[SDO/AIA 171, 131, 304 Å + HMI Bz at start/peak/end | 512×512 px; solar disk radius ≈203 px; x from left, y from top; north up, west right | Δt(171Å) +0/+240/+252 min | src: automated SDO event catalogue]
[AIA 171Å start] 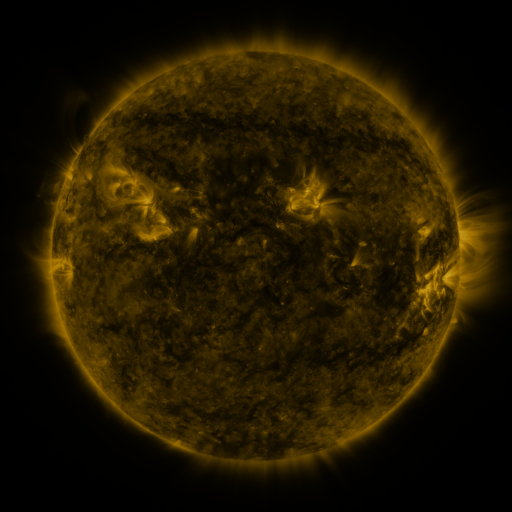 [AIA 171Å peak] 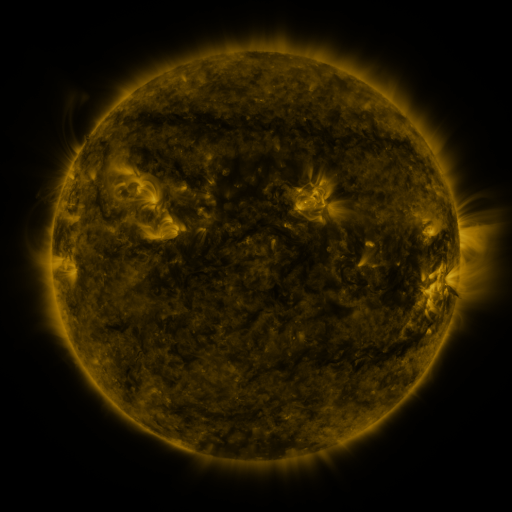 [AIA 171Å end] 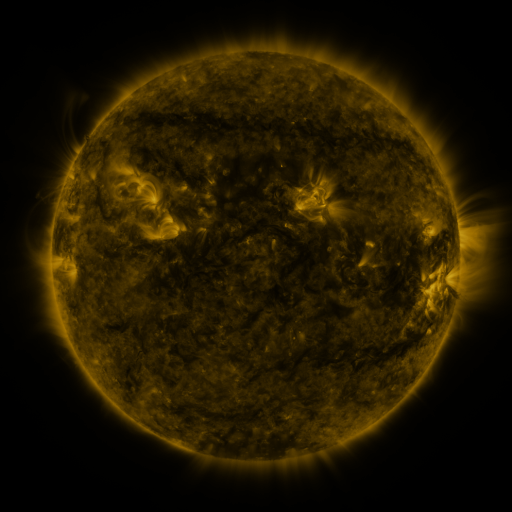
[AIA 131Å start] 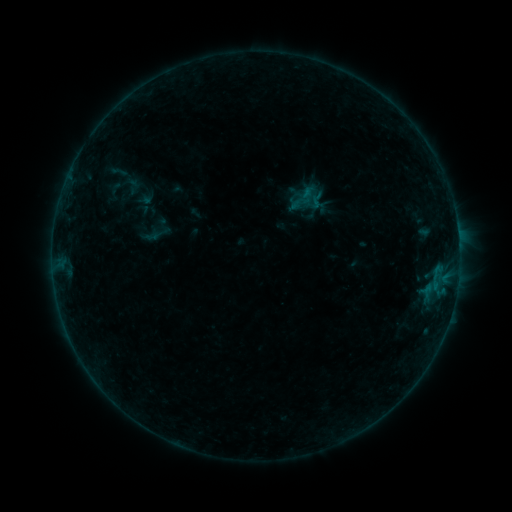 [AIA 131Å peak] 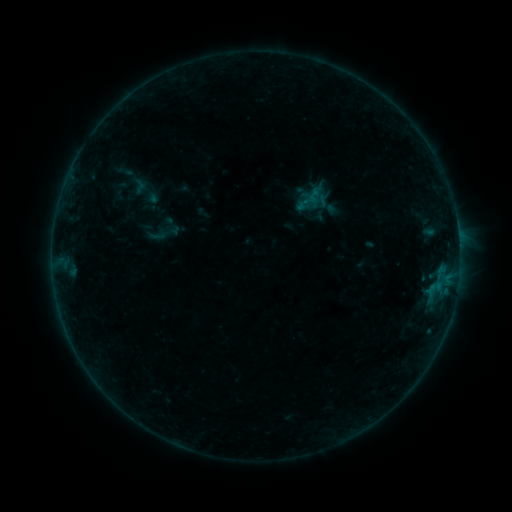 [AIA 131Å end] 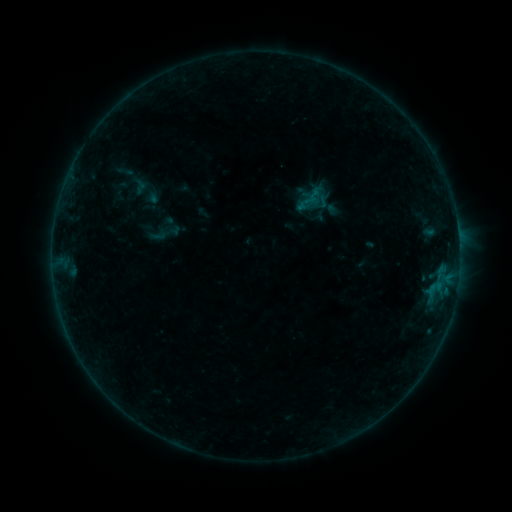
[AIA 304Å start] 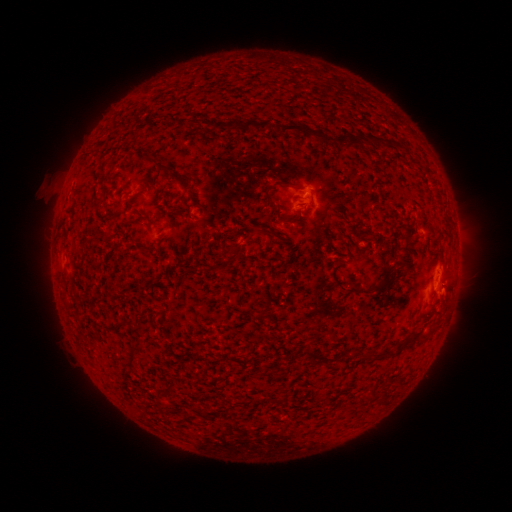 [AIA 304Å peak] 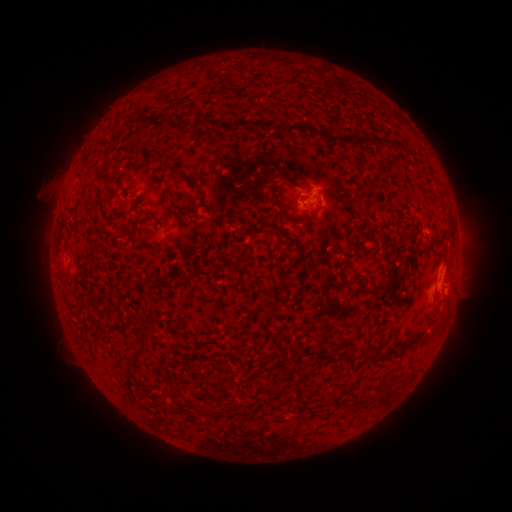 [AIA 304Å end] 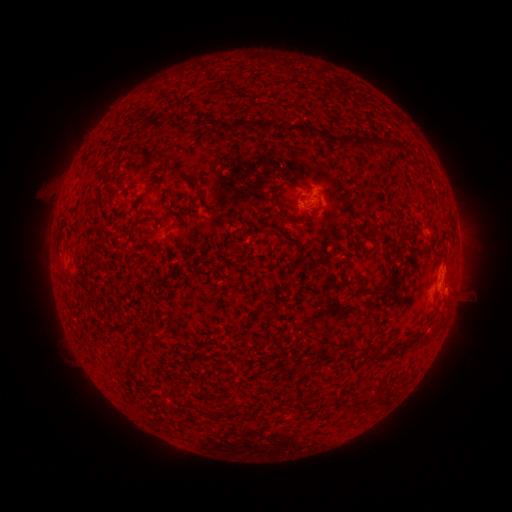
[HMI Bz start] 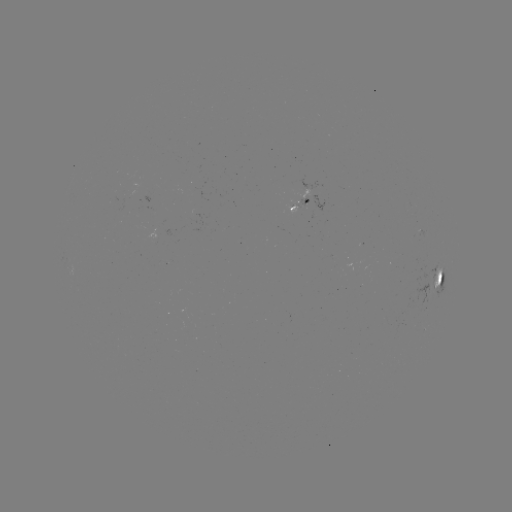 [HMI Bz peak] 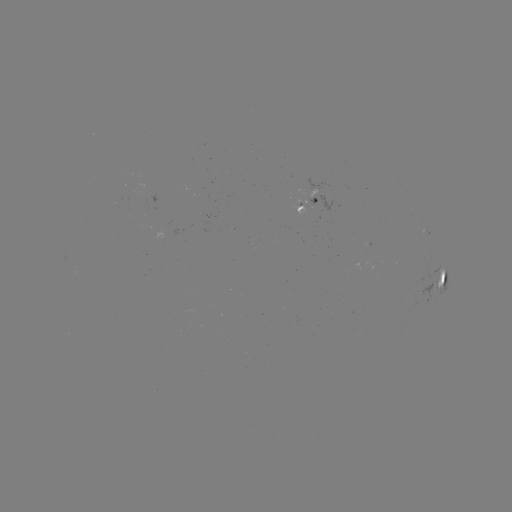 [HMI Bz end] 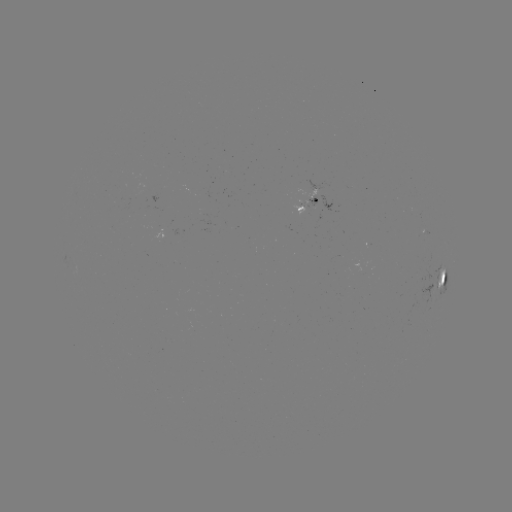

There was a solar emerging-flux region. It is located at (309, 201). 